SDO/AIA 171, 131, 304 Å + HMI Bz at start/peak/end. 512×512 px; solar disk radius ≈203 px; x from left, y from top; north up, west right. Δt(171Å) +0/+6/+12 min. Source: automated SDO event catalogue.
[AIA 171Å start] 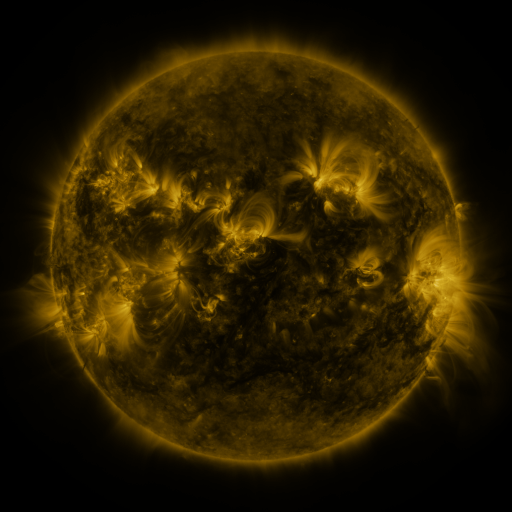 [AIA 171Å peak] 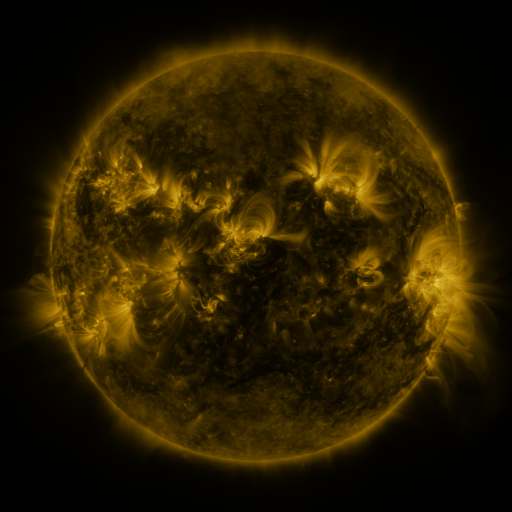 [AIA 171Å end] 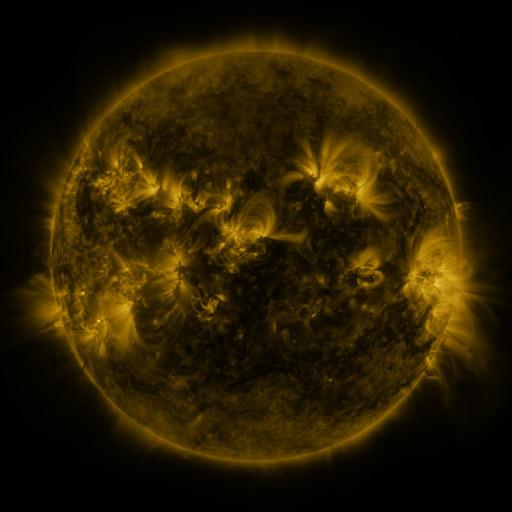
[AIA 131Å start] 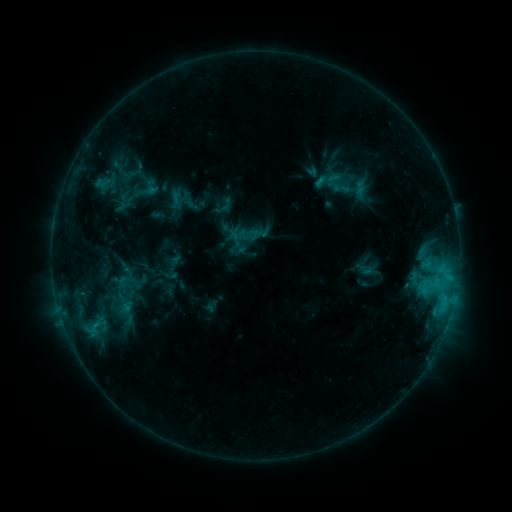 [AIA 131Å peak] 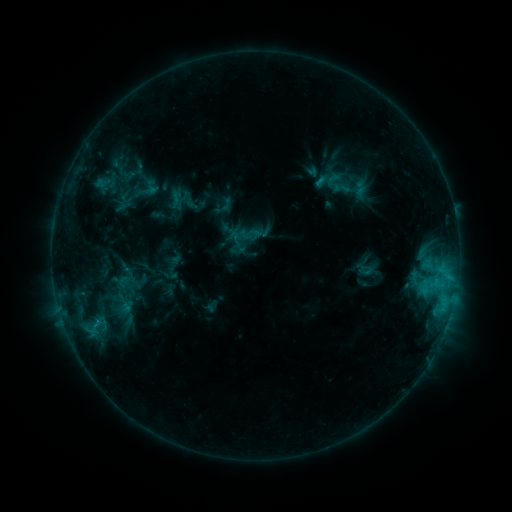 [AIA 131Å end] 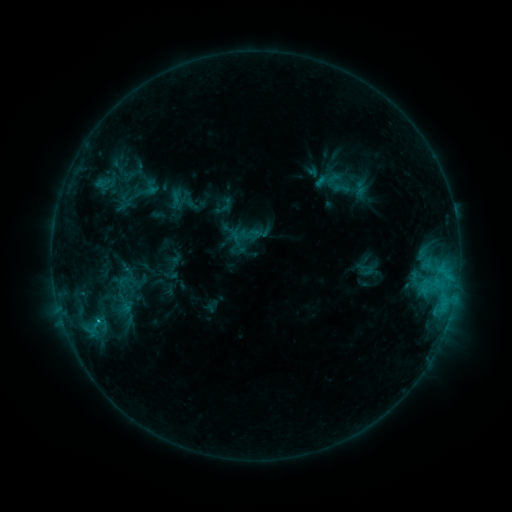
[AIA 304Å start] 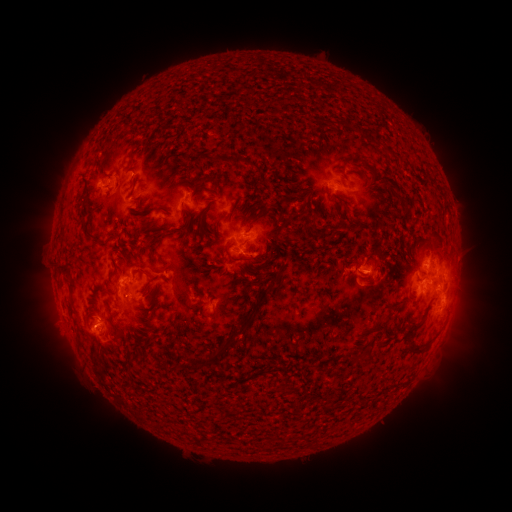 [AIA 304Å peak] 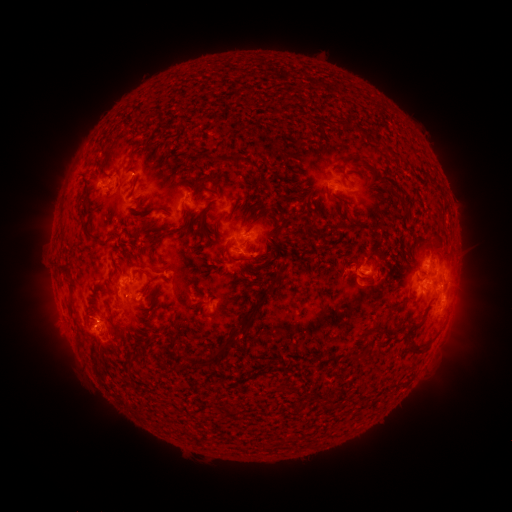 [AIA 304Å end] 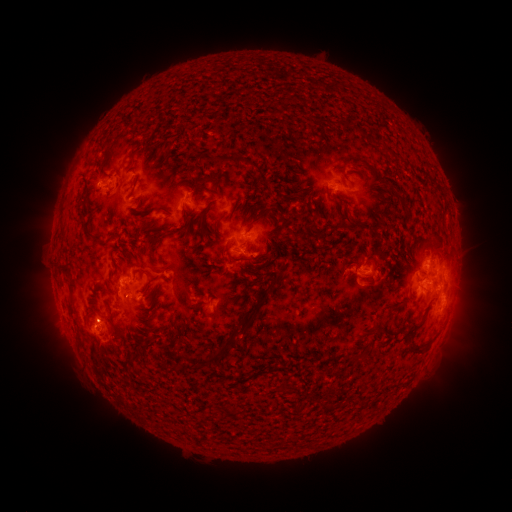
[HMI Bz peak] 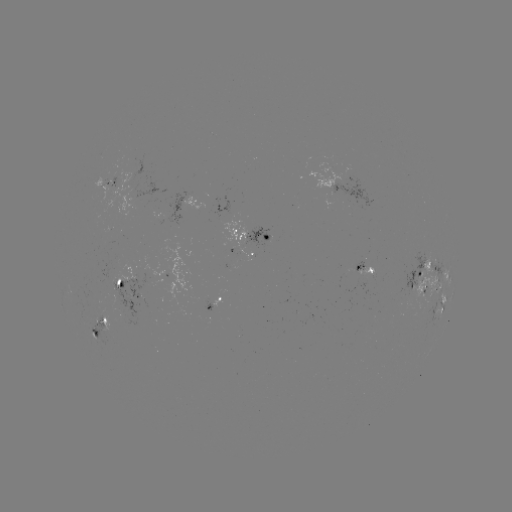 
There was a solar flare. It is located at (365, 273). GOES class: C1.8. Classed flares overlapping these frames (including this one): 1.